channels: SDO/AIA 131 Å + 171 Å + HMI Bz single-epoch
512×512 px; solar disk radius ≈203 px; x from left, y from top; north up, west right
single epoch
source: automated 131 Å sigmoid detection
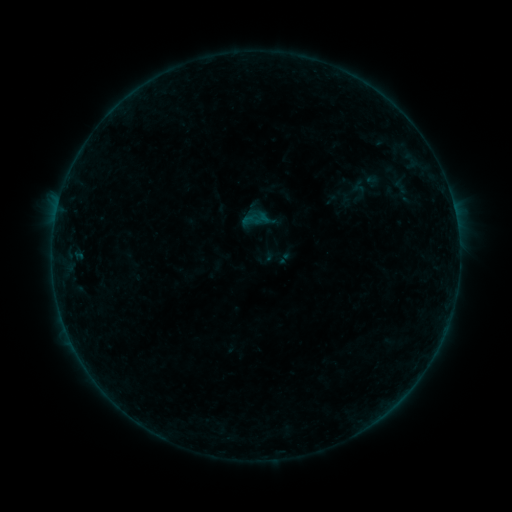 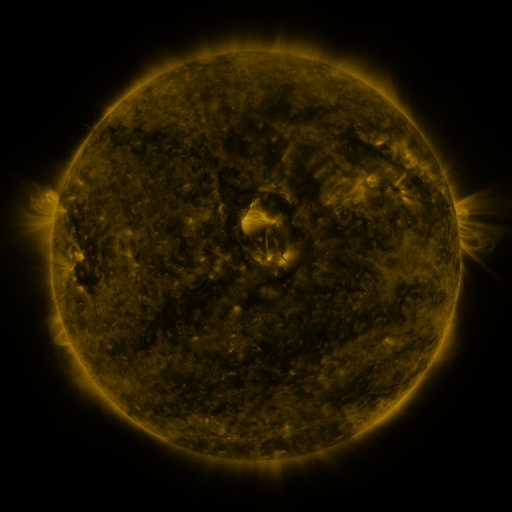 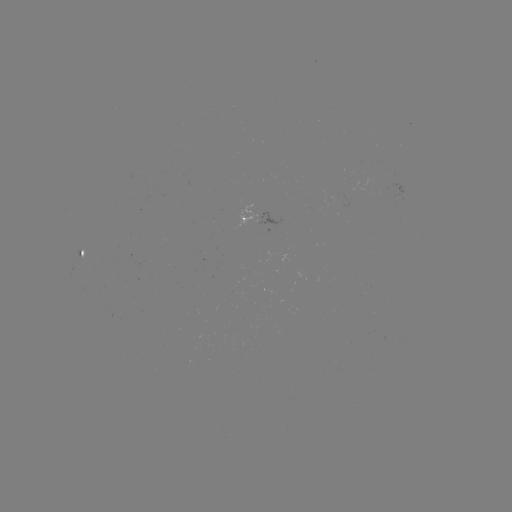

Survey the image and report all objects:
sigmoid: (353, 190)
